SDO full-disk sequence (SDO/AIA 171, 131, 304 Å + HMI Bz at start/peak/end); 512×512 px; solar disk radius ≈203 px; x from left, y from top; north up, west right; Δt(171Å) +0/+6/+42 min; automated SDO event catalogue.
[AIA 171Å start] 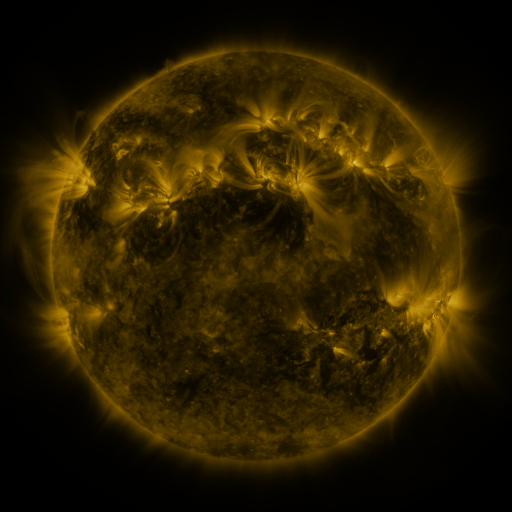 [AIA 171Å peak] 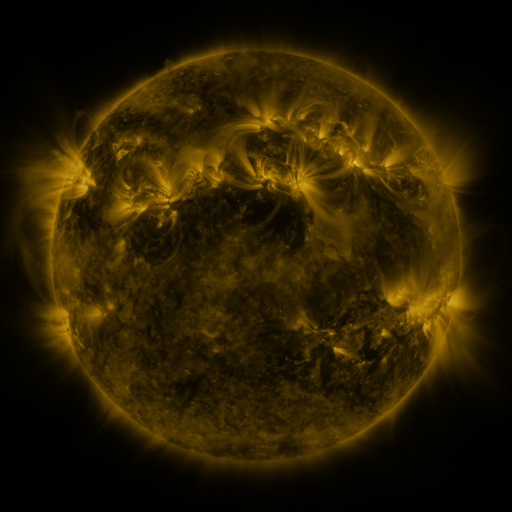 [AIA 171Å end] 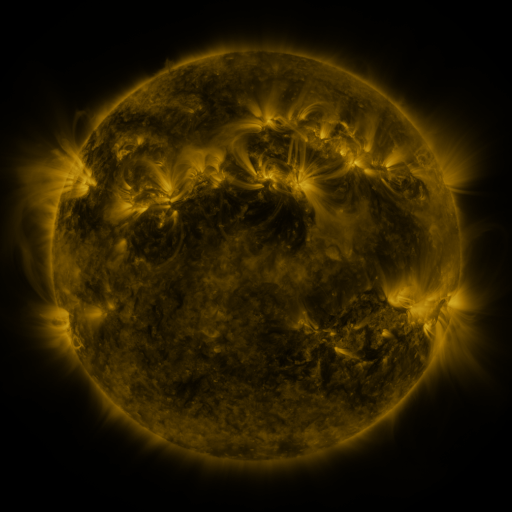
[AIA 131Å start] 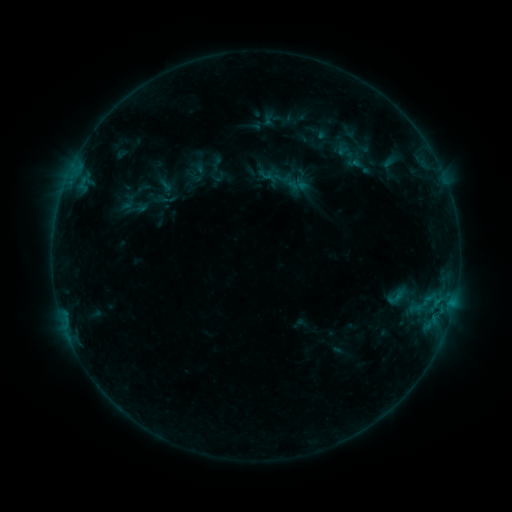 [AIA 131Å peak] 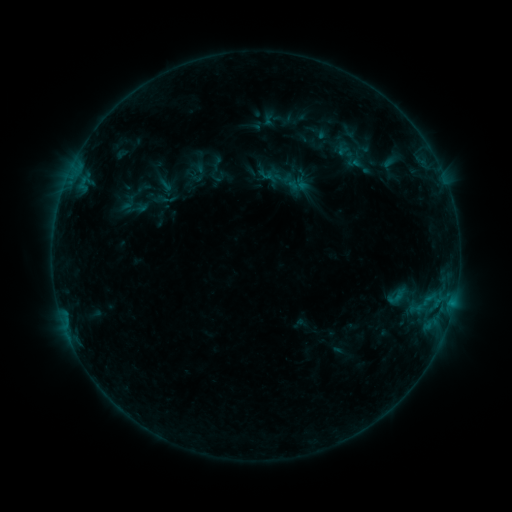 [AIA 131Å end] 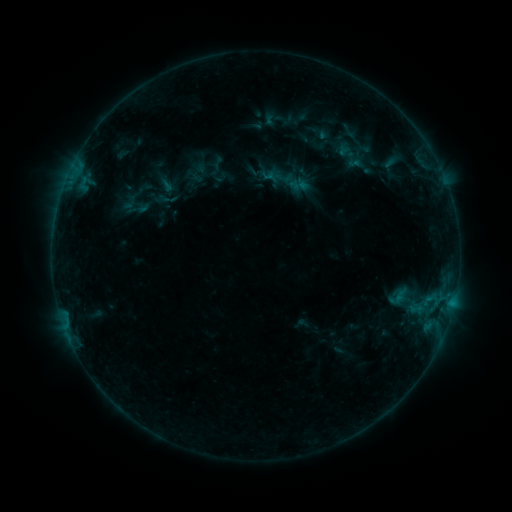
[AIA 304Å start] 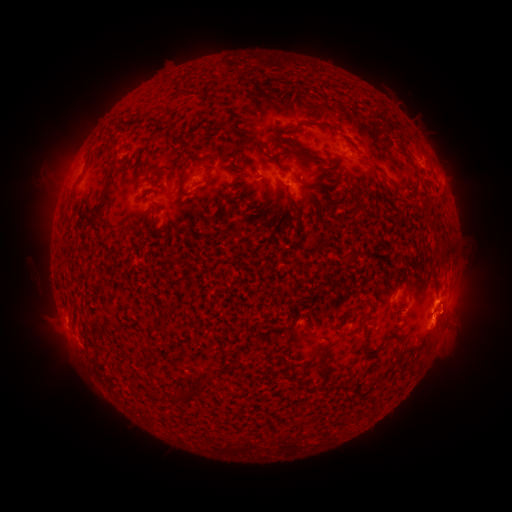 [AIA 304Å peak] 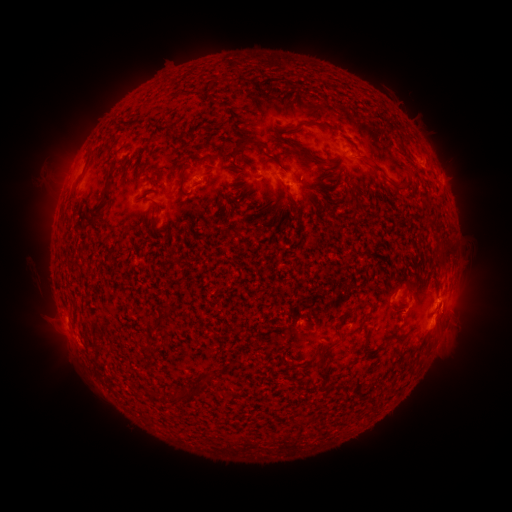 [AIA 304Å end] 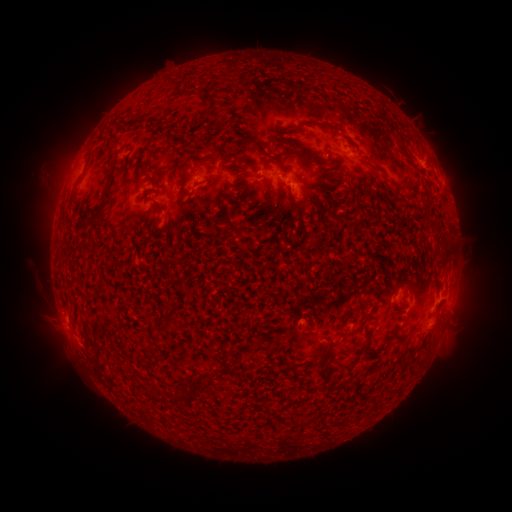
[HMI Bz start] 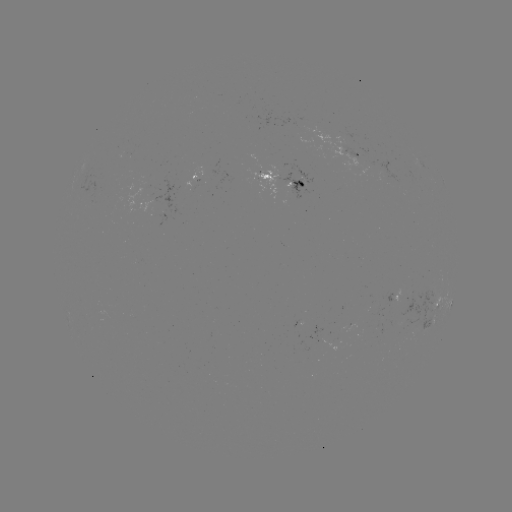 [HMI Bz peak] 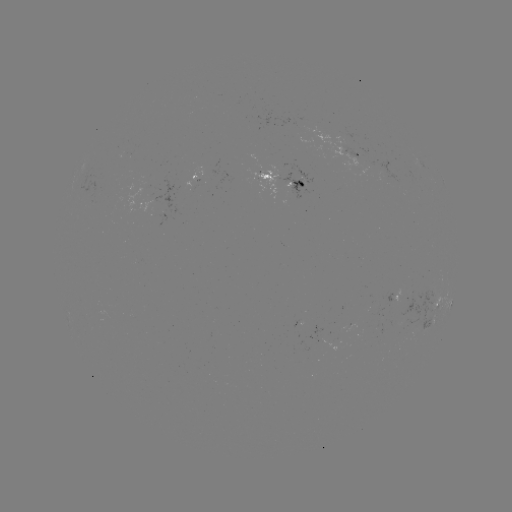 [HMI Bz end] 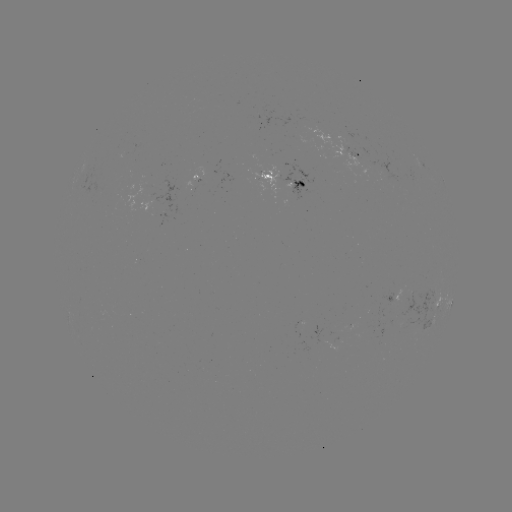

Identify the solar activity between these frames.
emerging-flux region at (342, 150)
